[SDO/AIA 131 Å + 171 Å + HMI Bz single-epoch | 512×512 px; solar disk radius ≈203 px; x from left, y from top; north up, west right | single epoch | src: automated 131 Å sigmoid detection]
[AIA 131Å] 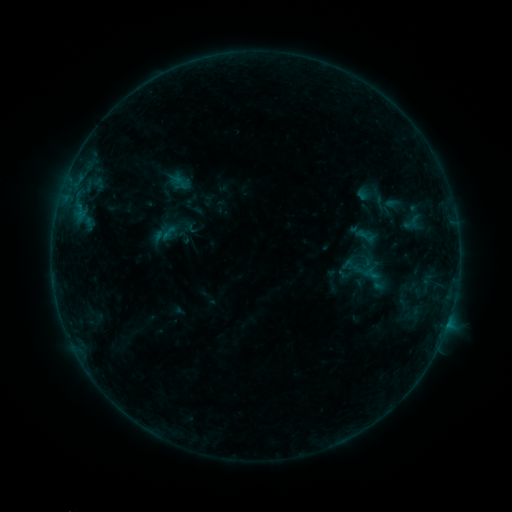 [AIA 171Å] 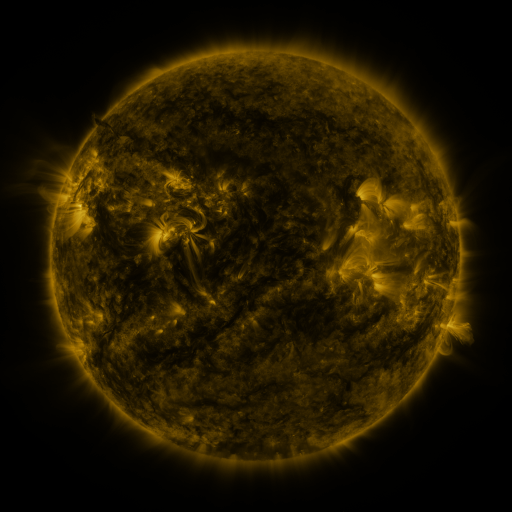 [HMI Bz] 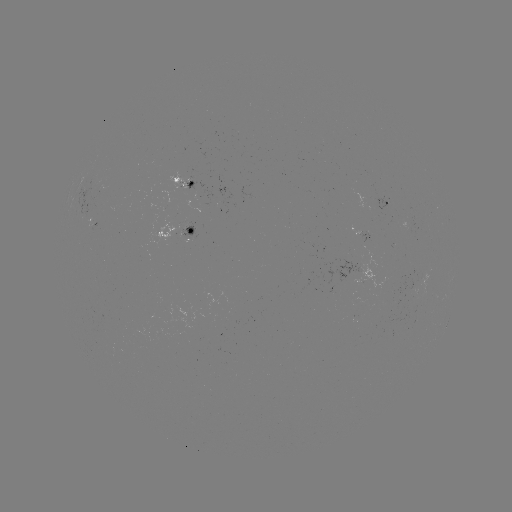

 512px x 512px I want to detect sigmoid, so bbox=[354, 225, 376, 247].